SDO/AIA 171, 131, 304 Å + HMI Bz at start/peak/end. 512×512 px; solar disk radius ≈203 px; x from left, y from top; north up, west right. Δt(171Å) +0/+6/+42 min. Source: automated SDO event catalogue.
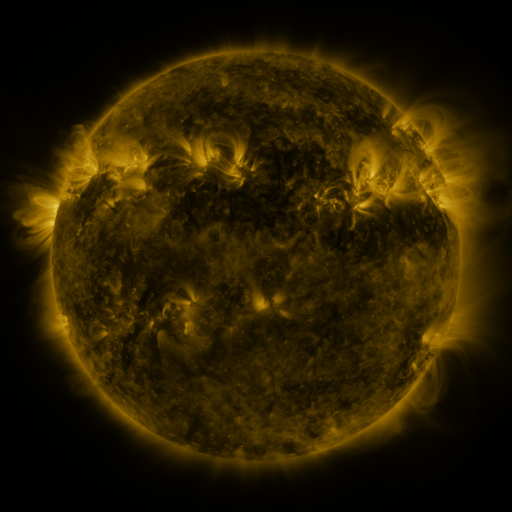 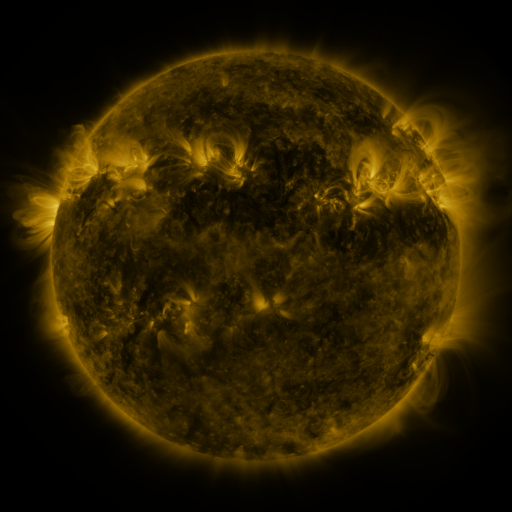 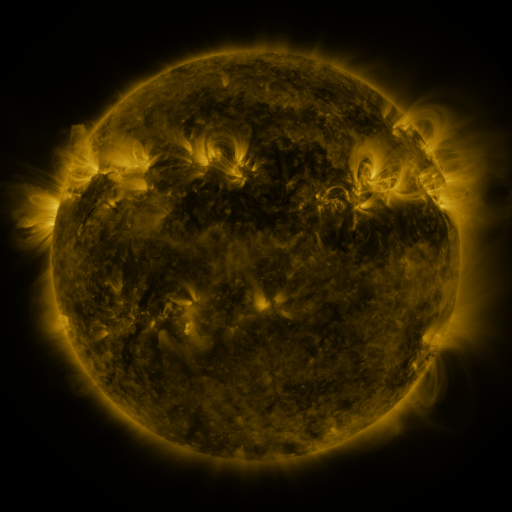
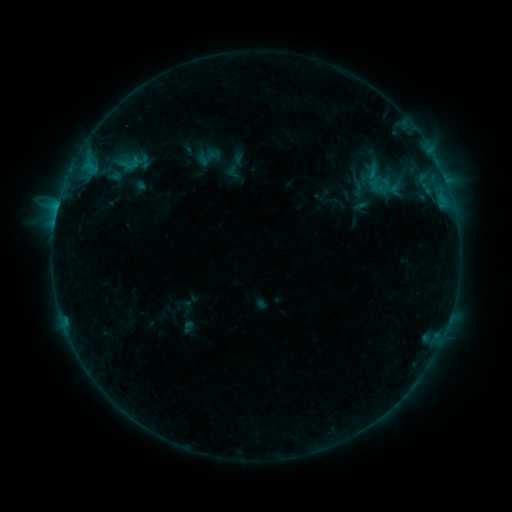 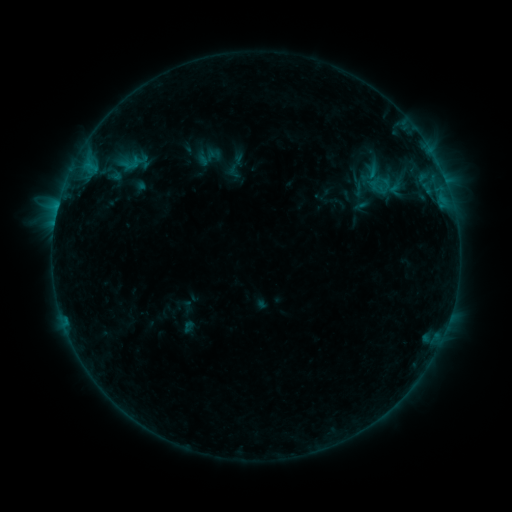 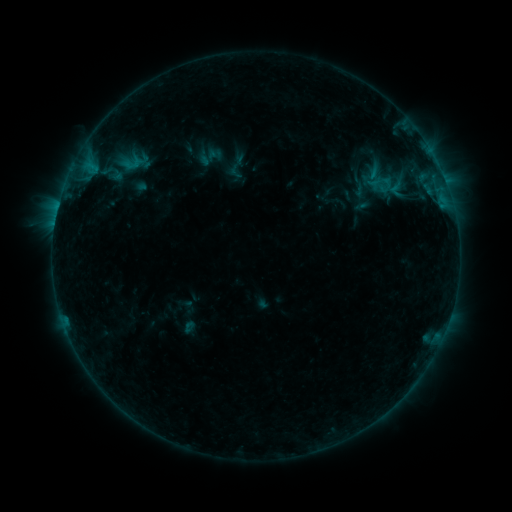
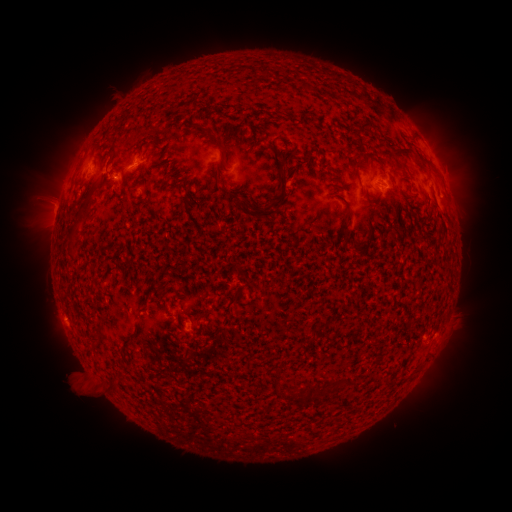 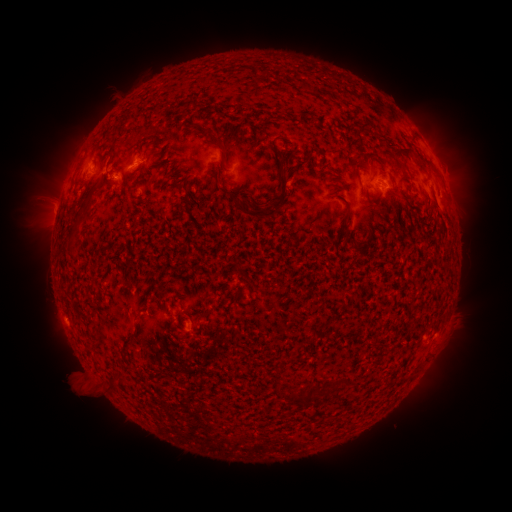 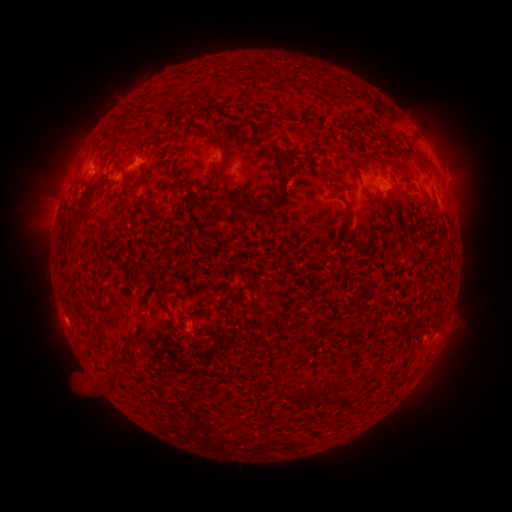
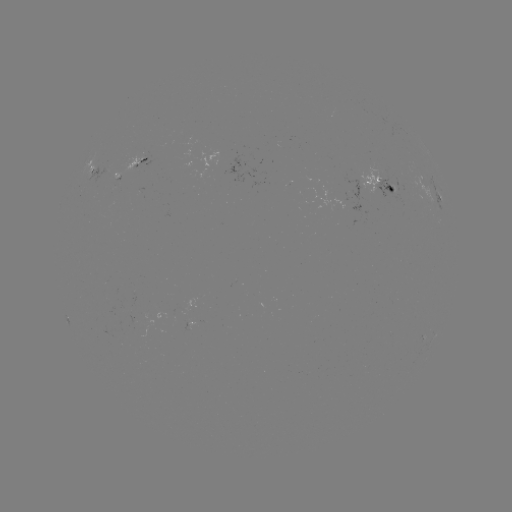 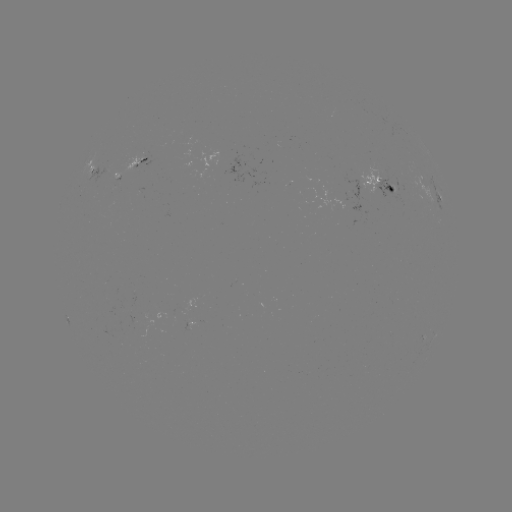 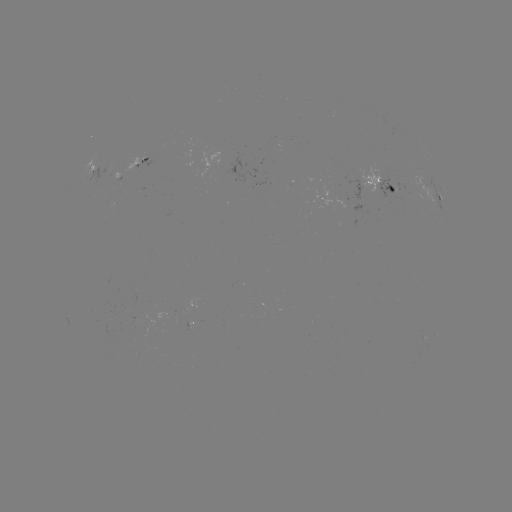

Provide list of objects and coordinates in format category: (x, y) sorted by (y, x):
emerging-flux region: (132, 166)
